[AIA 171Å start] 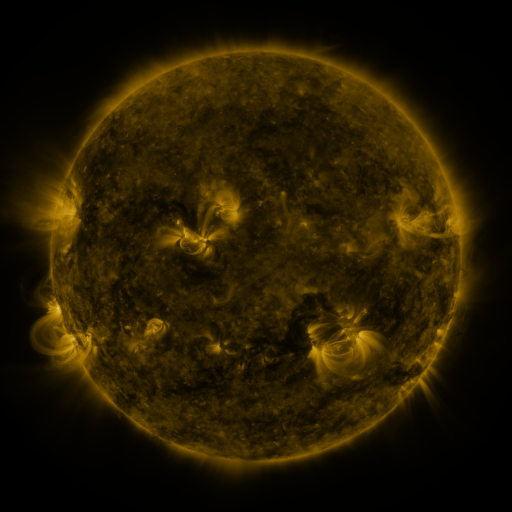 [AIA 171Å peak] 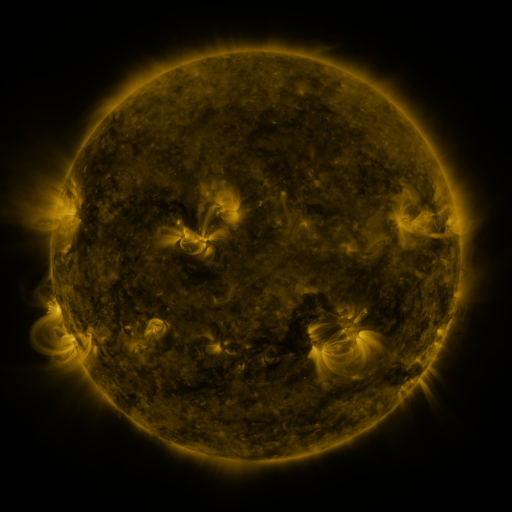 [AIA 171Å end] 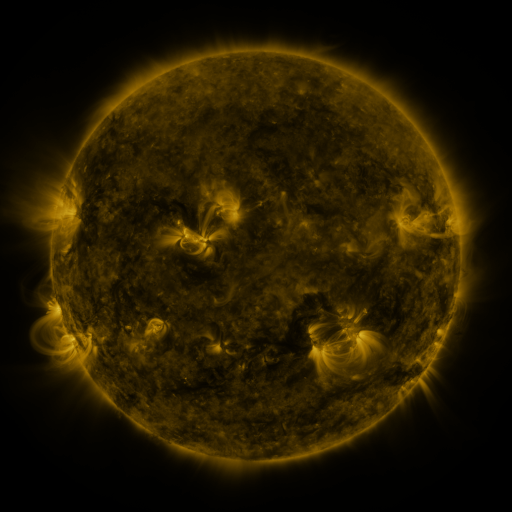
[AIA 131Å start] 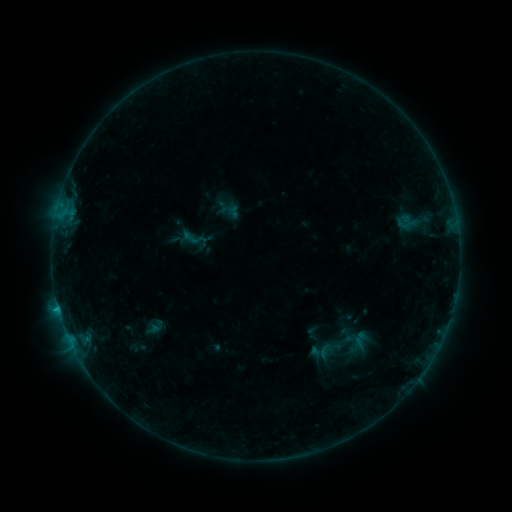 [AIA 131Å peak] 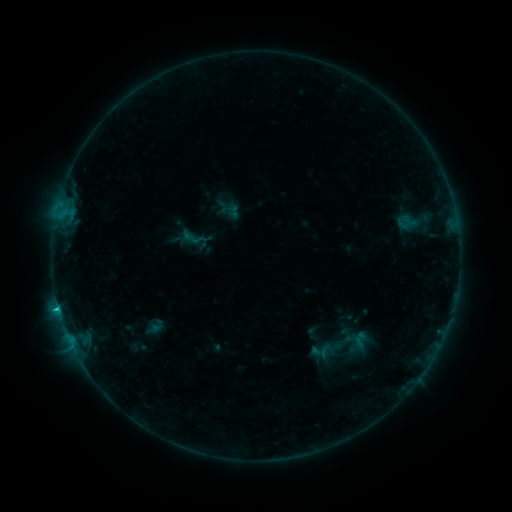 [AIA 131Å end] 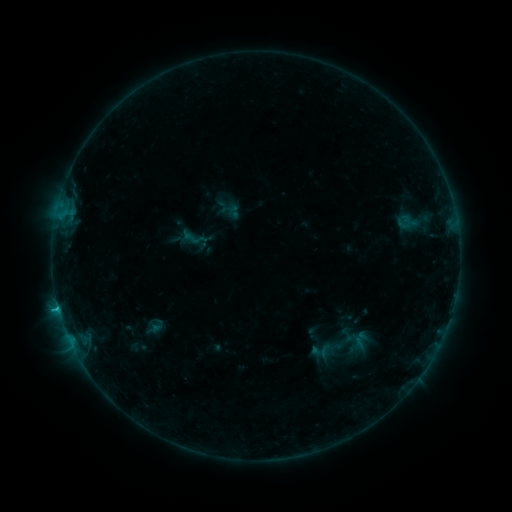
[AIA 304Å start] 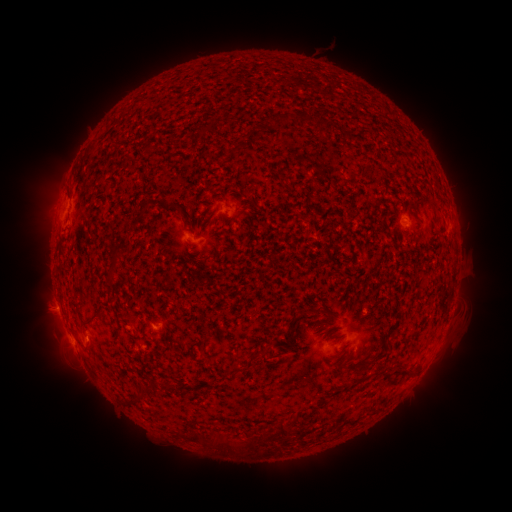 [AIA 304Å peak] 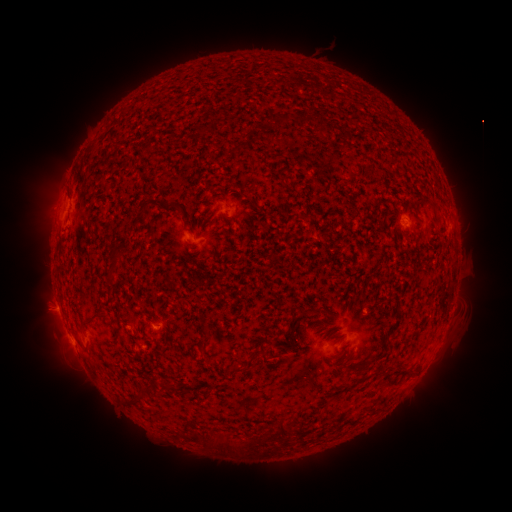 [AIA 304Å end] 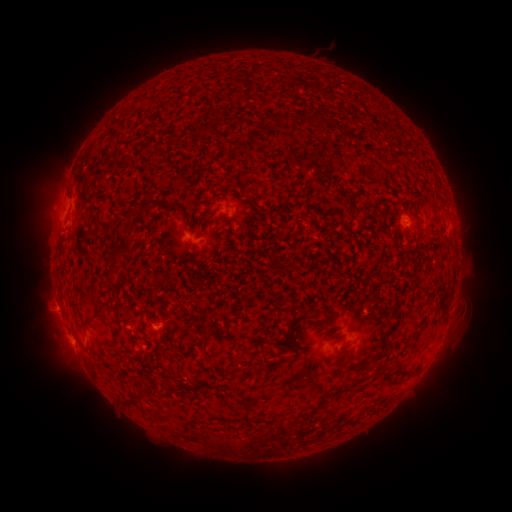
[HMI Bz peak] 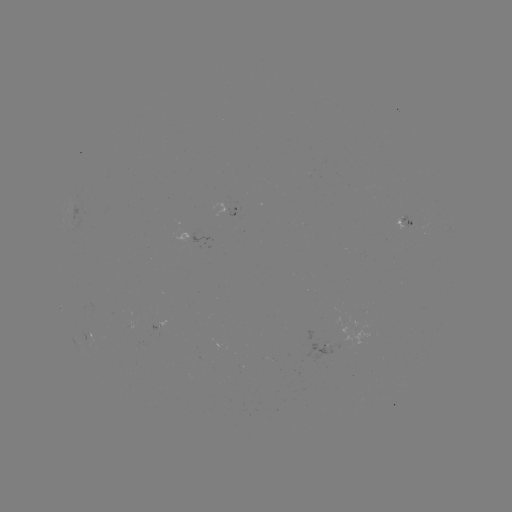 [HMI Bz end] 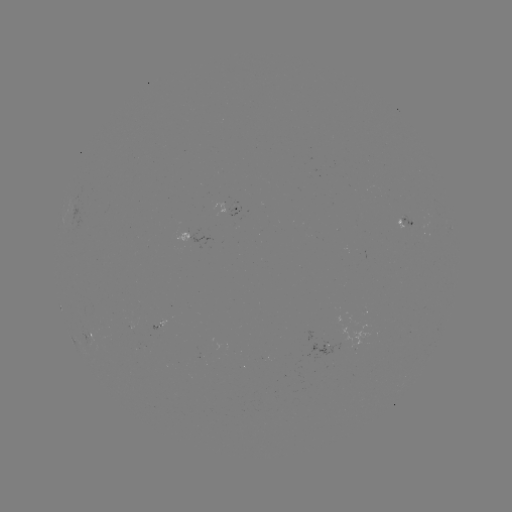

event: flare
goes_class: B7.5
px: (59, 308)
